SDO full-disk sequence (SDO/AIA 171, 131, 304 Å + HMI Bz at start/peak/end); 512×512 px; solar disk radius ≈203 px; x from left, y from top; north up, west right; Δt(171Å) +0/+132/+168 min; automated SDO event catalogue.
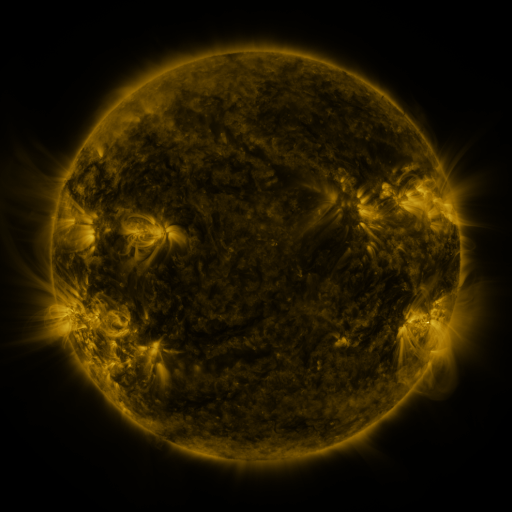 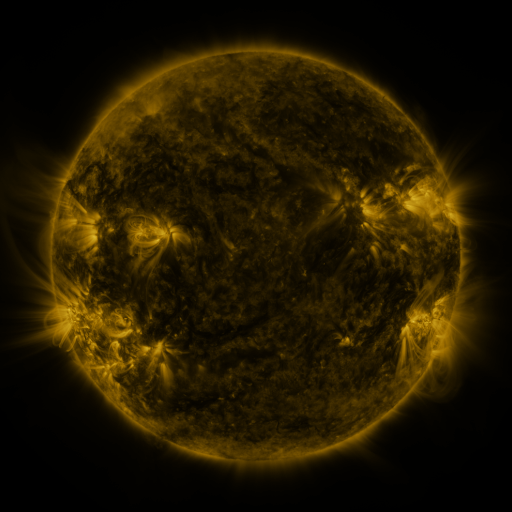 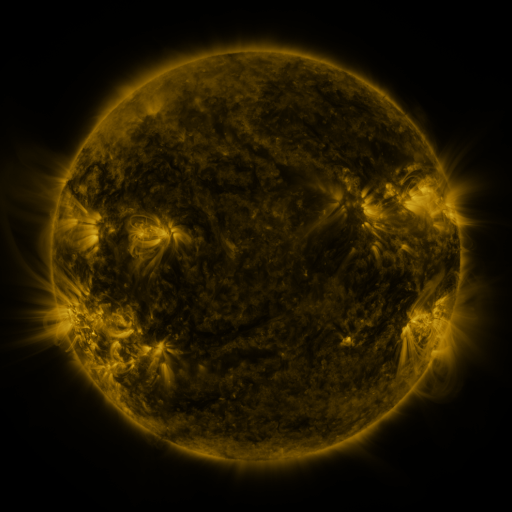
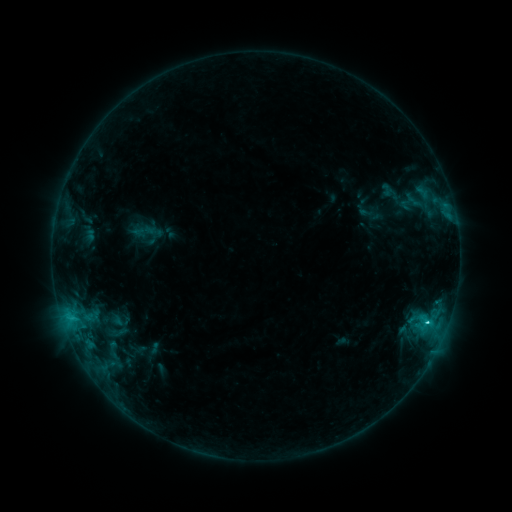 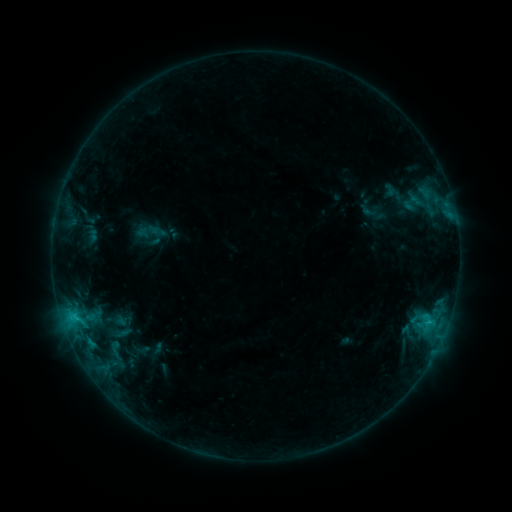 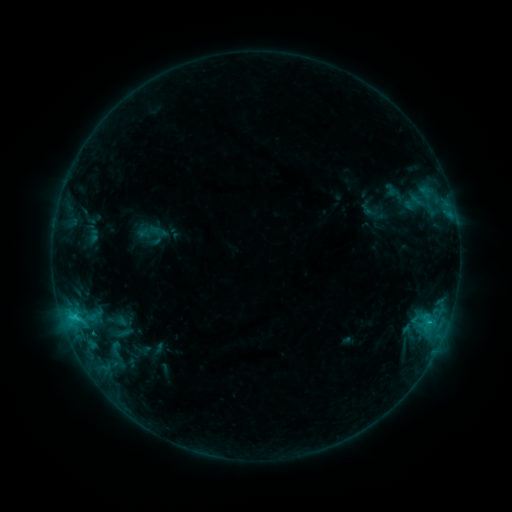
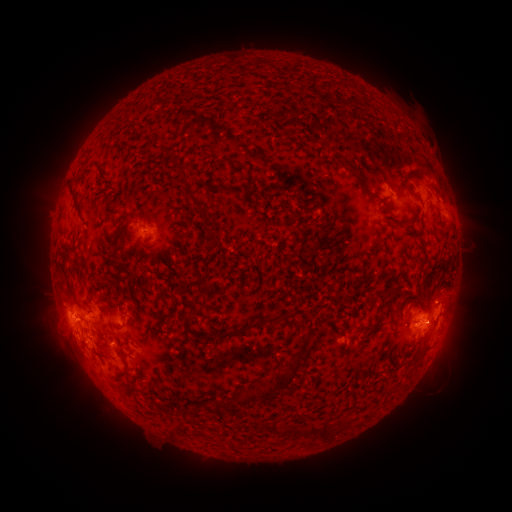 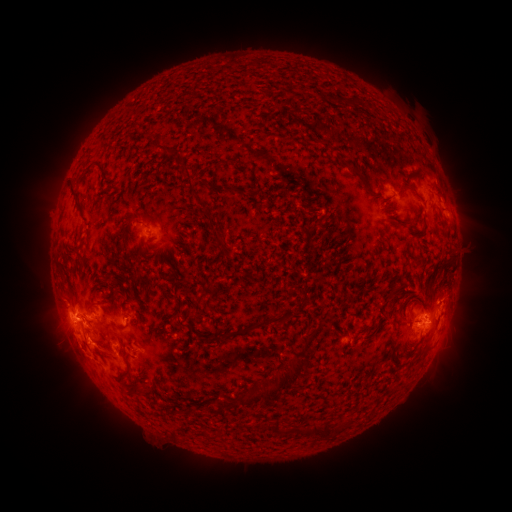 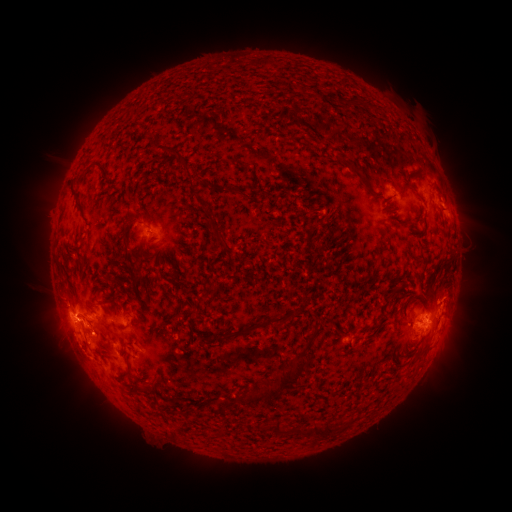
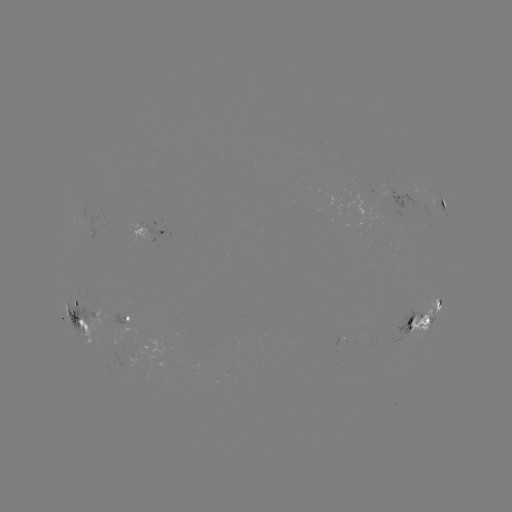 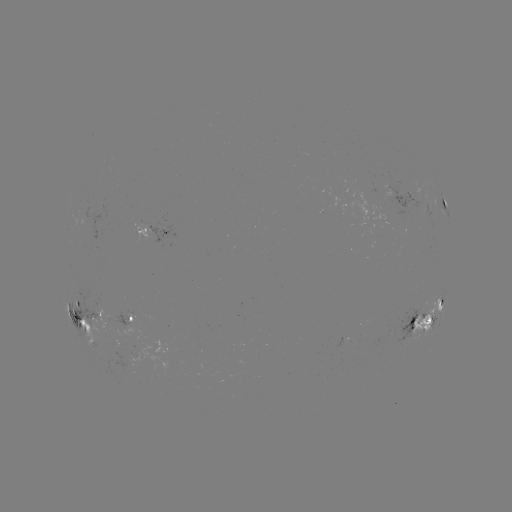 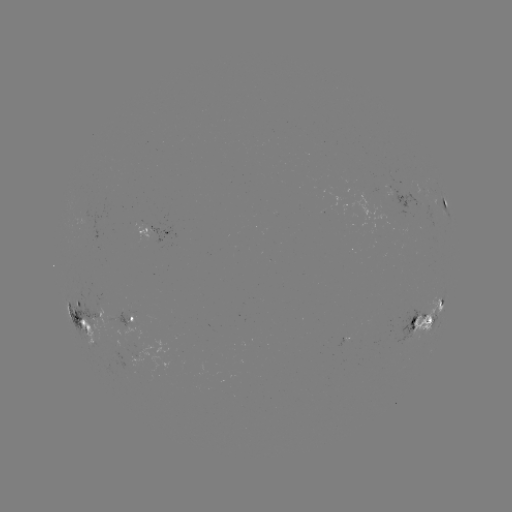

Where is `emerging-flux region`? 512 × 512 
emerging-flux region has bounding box [80, 298, 121, 340].